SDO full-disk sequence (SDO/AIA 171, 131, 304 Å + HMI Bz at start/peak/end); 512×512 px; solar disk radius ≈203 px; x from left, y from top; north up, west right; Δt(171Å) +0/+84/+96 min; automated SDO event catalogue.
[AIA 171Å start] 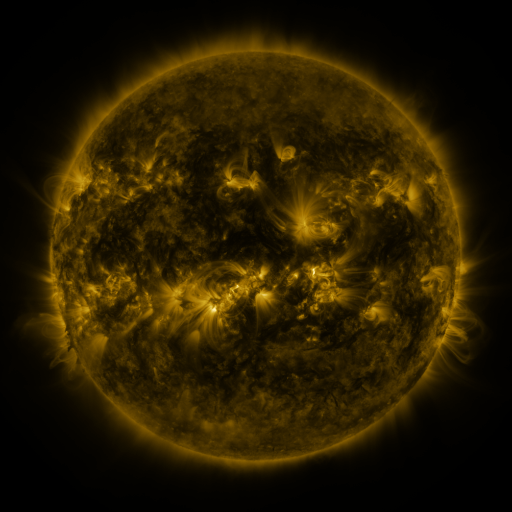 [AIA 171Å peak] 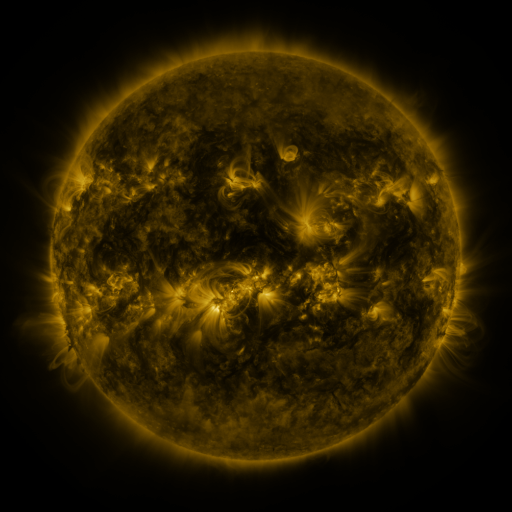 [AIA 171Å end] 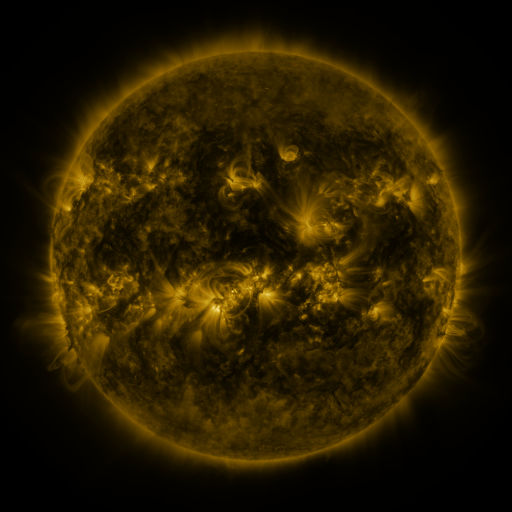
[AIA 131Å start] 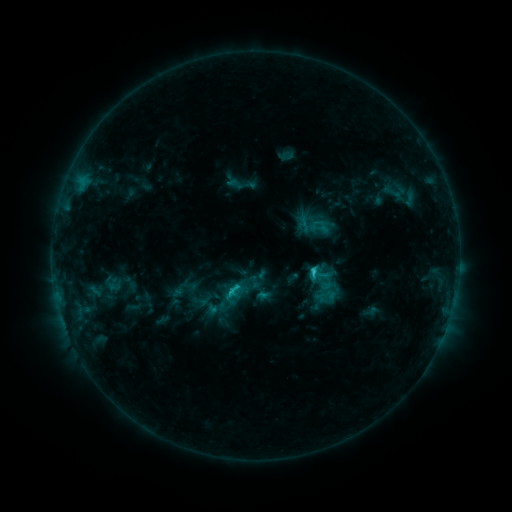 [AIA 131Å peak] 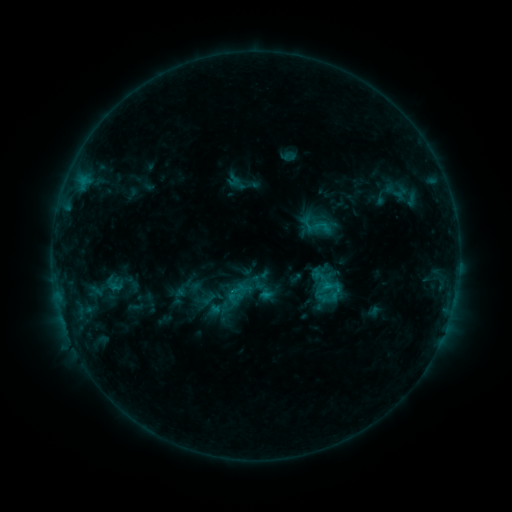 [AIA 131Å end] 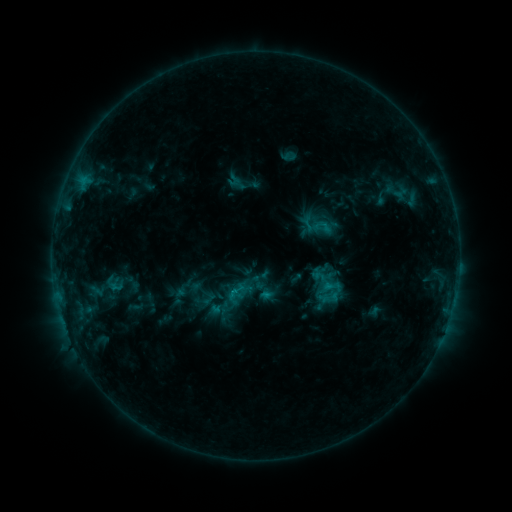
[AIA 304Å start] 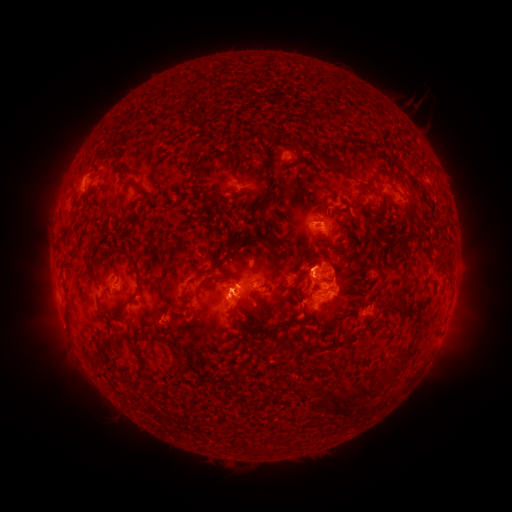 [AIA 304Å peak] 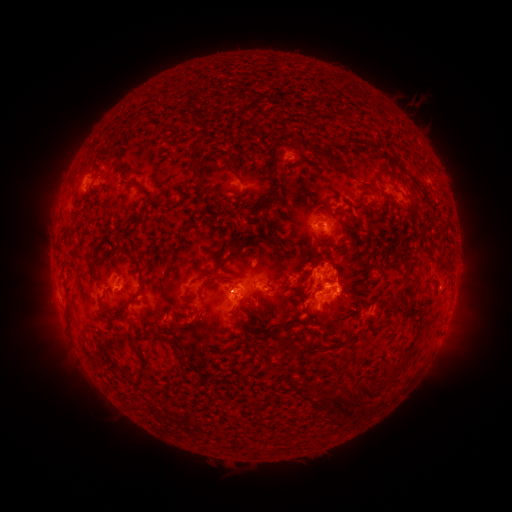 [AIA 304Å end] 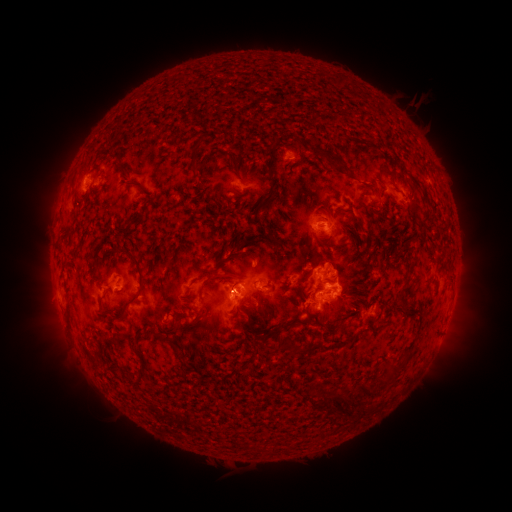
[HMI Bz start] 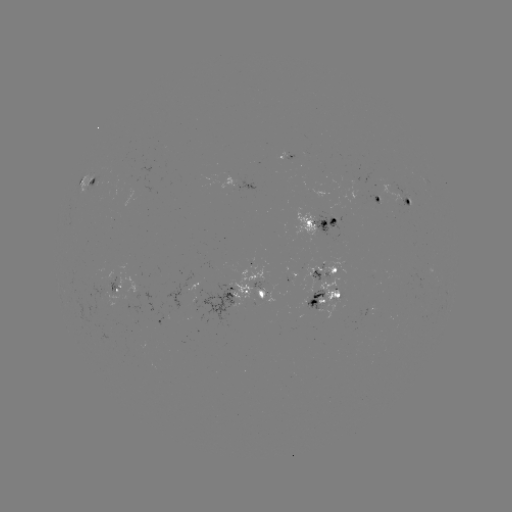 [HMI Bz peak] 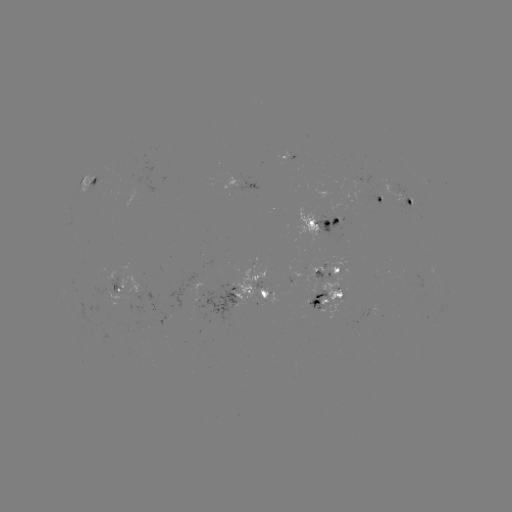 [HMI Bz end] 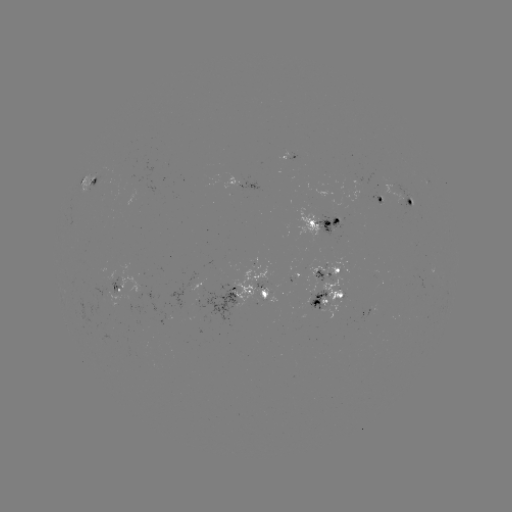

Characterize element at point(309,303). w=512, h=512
emerging-flux region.